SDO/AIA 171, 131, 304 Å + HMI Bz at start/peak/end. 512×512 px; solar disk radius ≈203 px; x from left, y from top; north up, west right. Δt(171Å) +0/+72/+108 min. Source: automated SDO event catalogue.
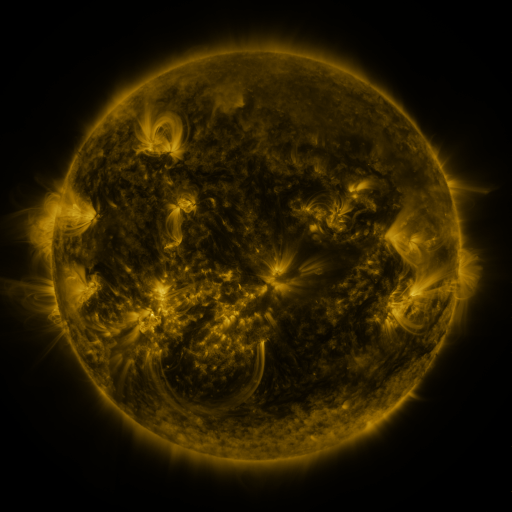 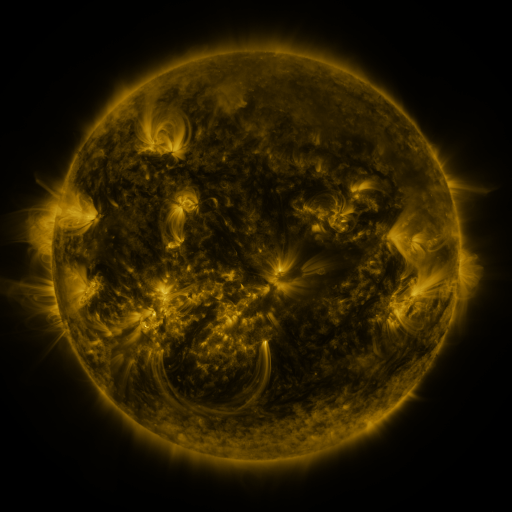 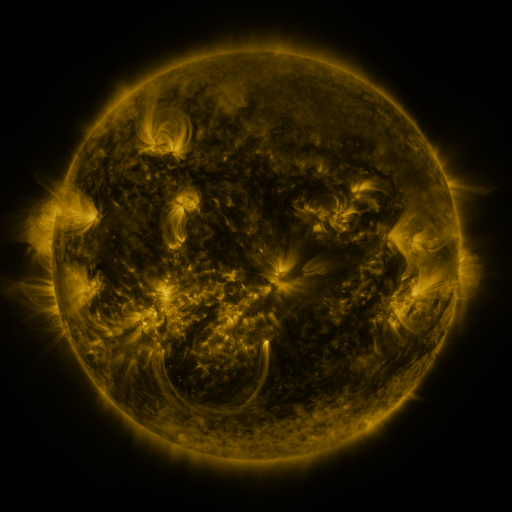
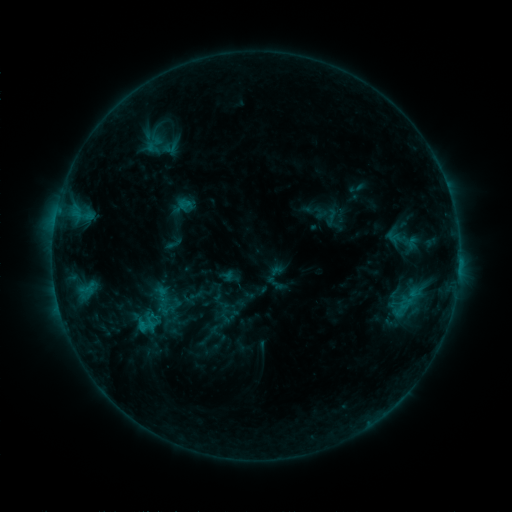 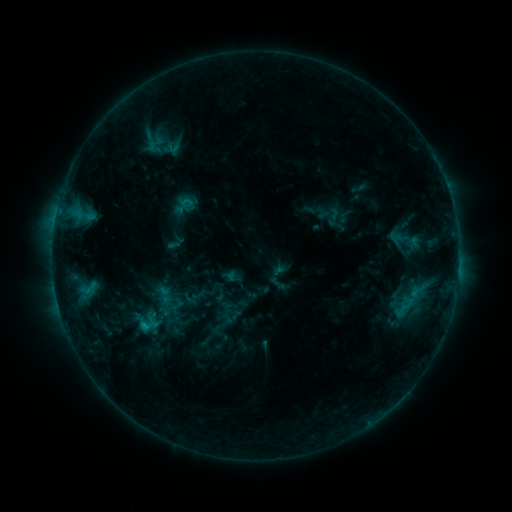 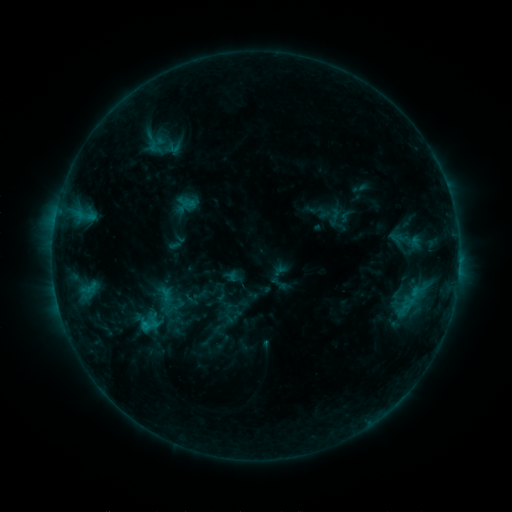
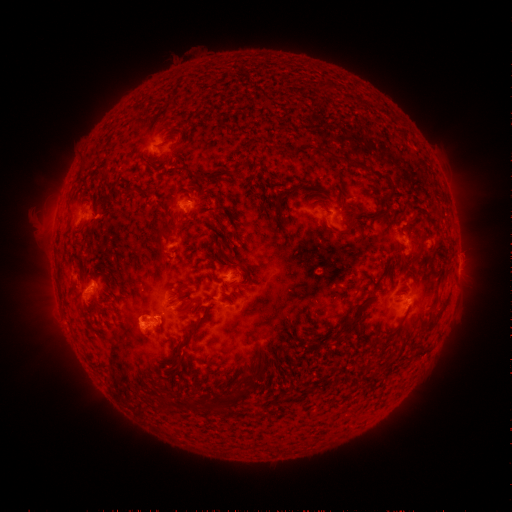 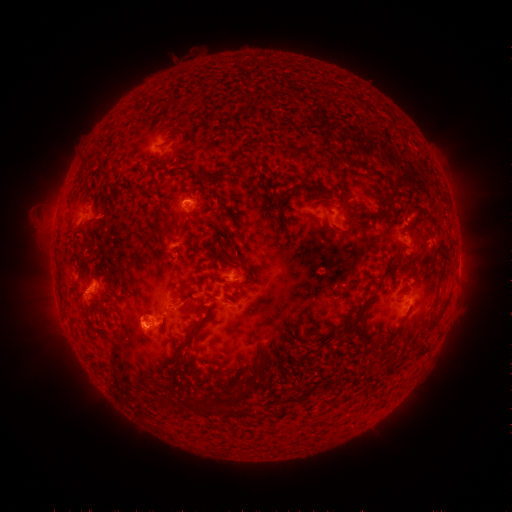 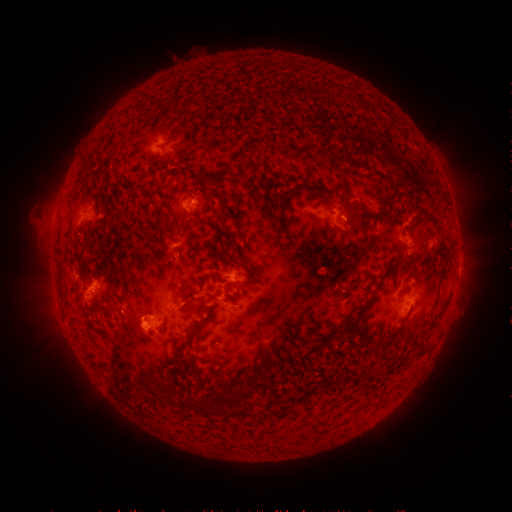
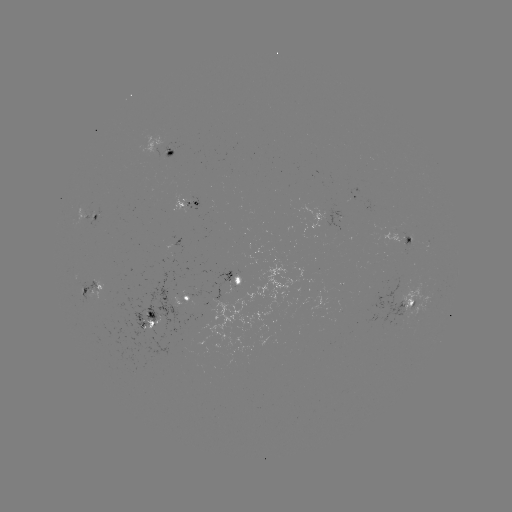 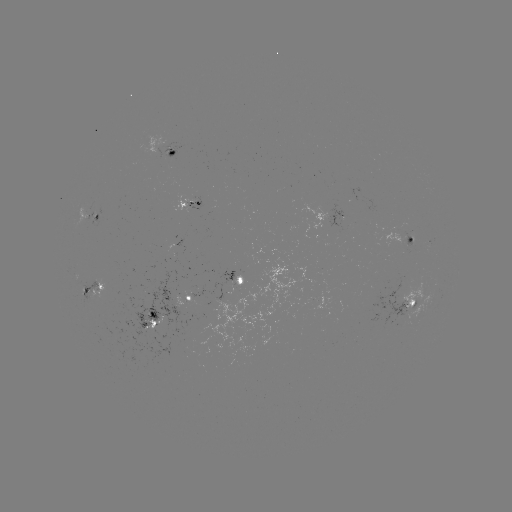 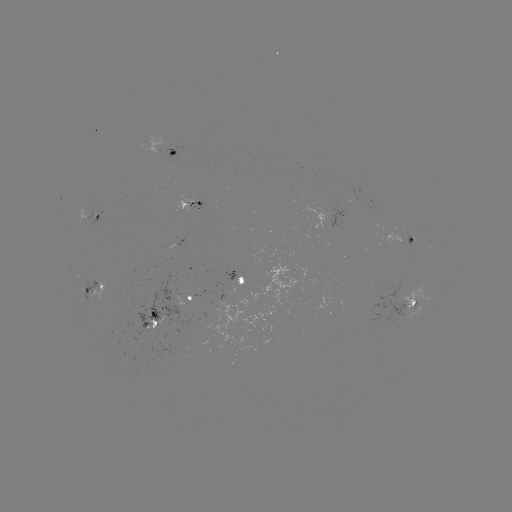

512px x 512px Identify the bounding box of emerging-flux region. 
[85, 203, 94, 219].